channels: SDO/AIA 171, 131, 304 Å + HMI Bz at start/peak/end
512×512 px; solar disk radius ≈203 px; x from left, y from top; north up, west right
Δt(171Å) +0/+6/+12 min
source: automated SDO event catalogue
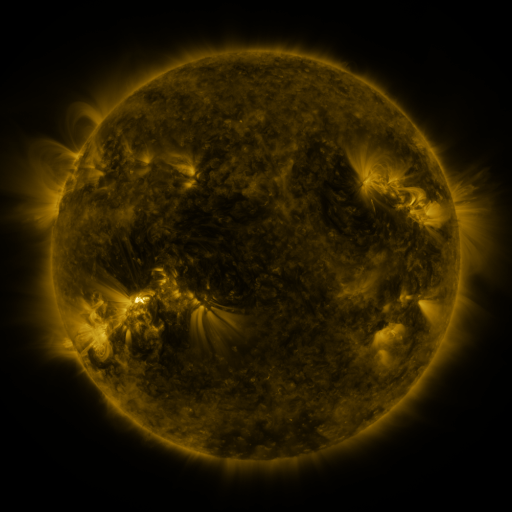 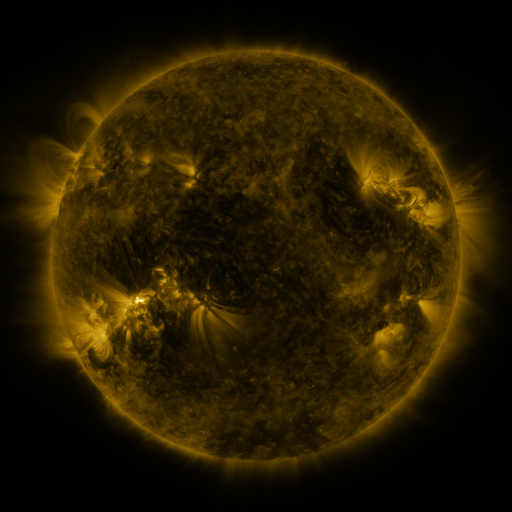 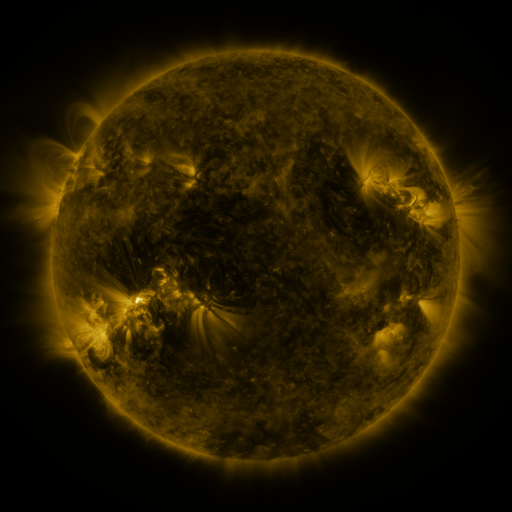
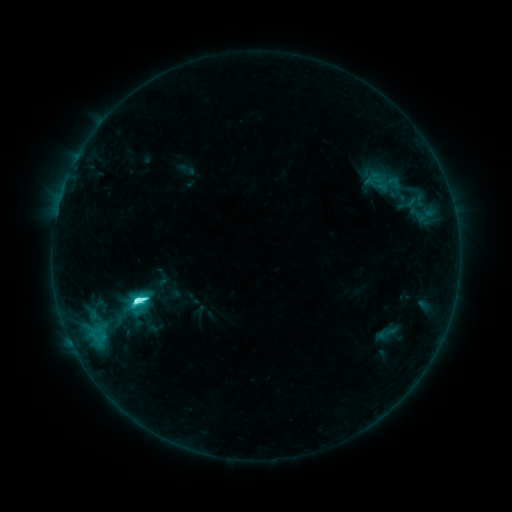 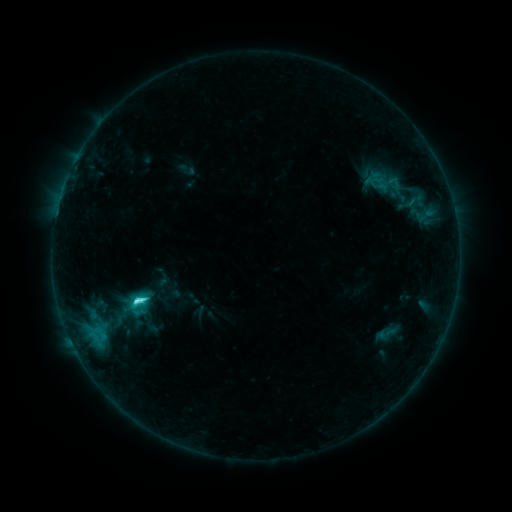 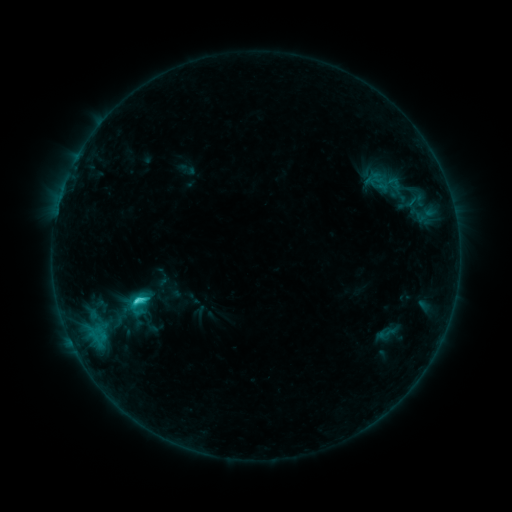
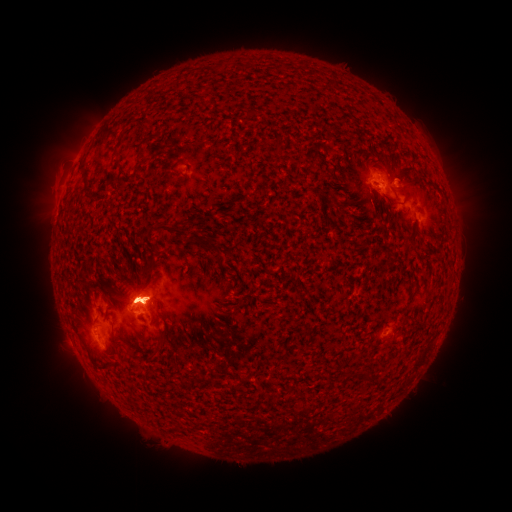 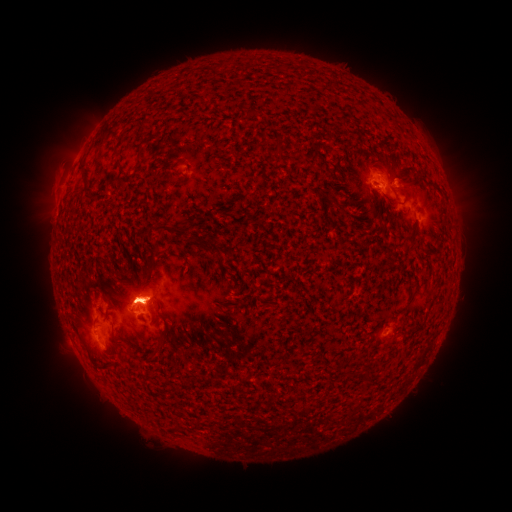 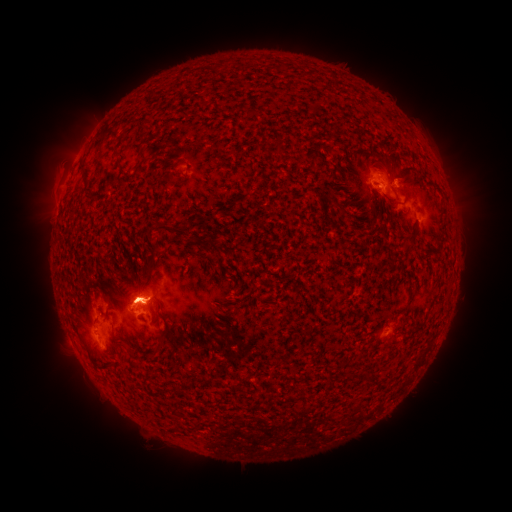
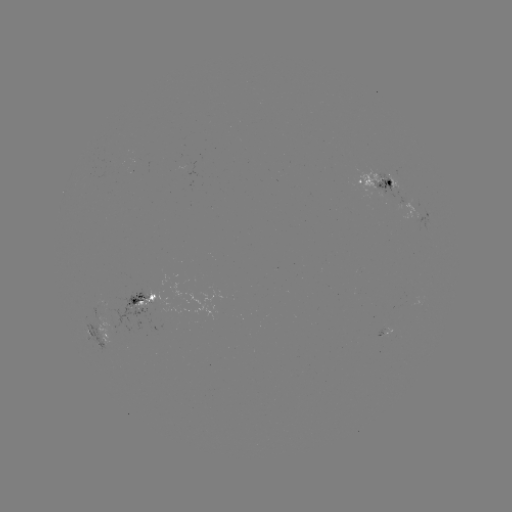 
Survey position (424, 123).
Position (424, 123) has eruption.